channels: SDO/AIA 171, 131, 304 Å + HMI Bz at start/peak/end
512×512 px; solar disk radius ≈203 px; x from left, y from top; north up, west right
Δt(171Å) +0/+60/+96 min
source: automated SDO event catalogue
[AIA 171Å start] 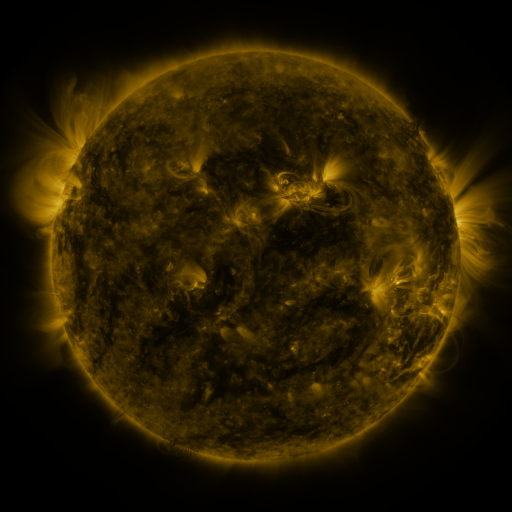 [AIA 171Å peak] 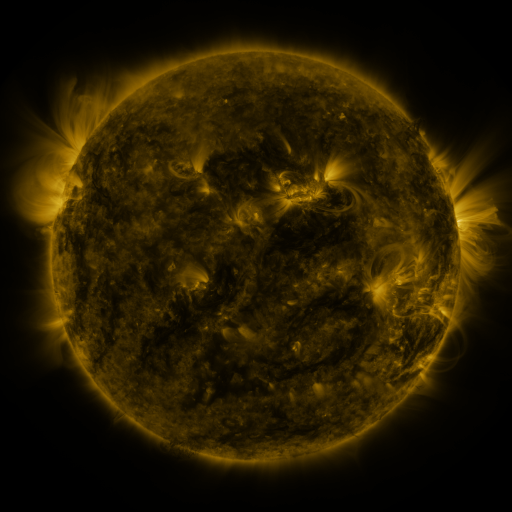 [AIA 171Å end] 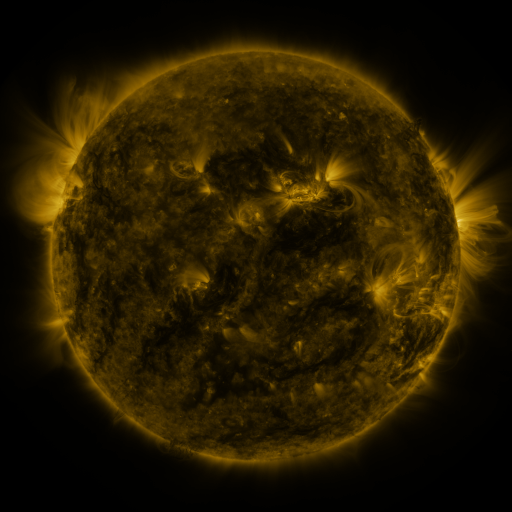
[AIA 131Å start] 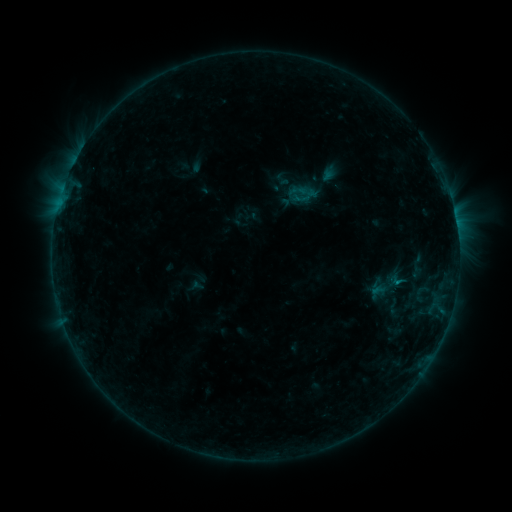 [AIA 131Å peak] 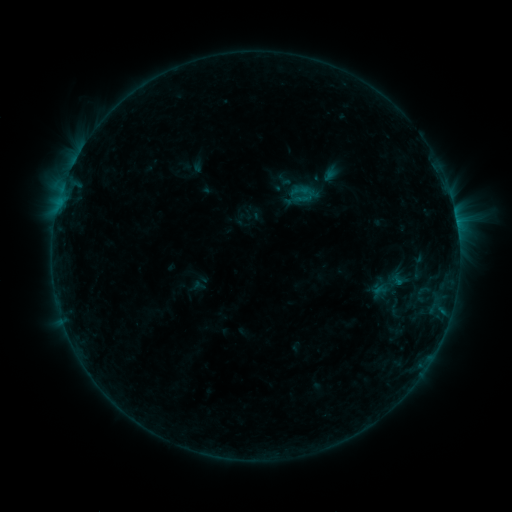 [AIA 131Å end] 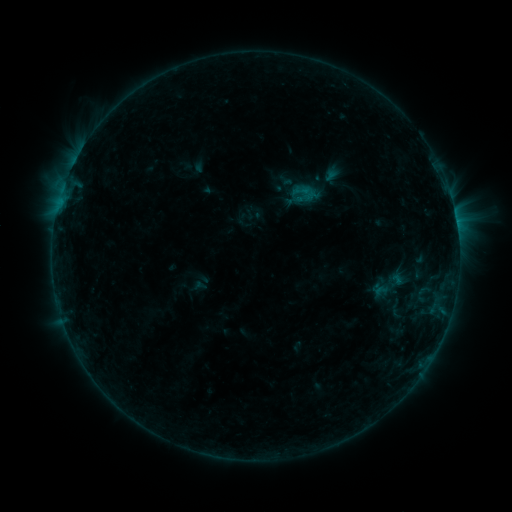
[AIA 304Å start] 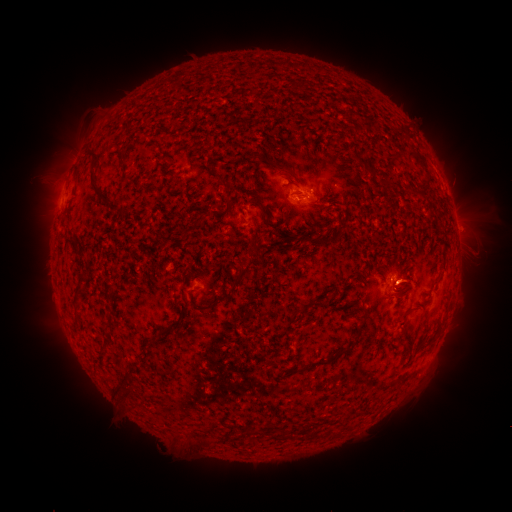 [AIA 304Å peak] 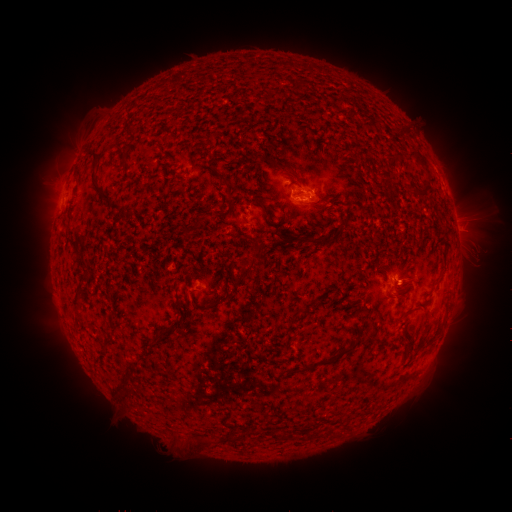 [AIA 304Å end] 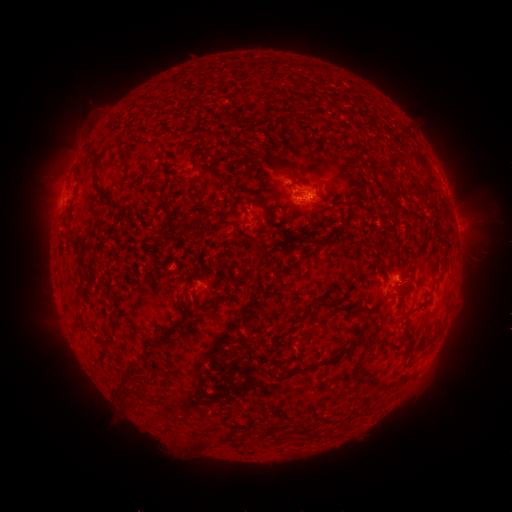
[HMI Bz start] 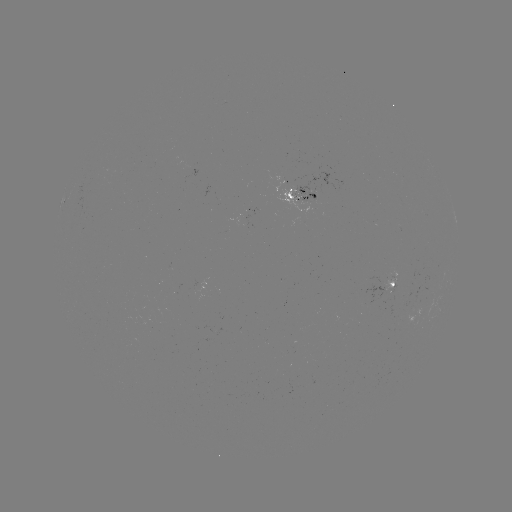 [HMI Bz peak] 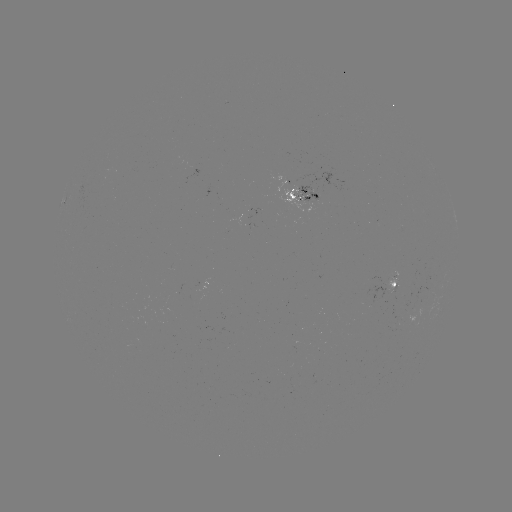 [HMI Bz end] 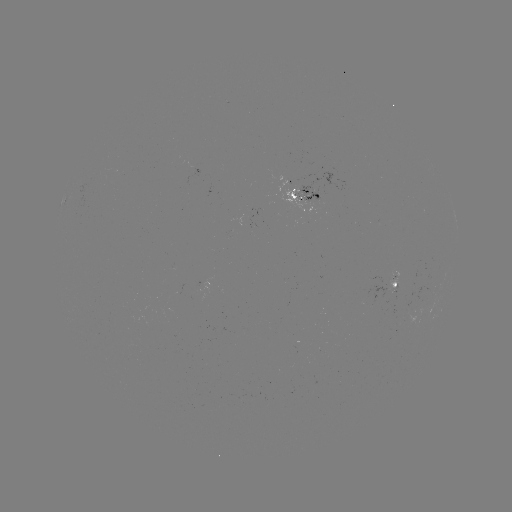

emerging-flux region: (294, 182, 319, 204)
